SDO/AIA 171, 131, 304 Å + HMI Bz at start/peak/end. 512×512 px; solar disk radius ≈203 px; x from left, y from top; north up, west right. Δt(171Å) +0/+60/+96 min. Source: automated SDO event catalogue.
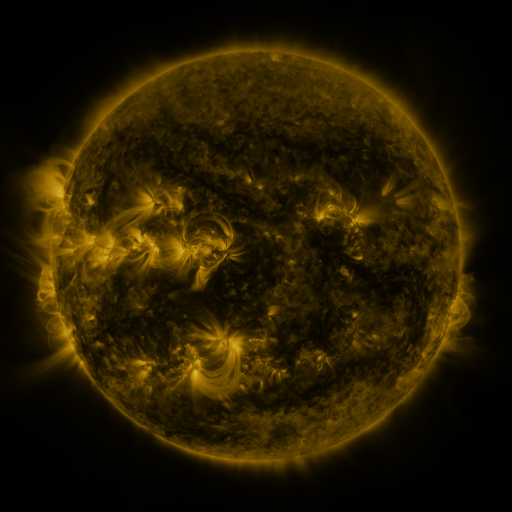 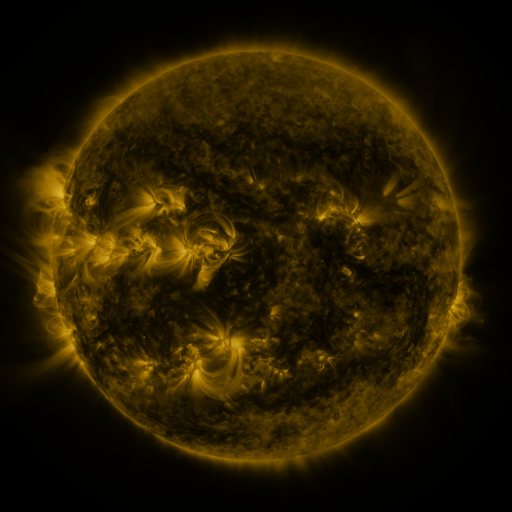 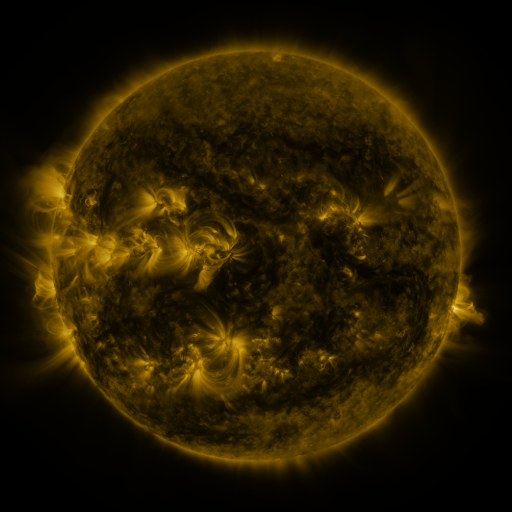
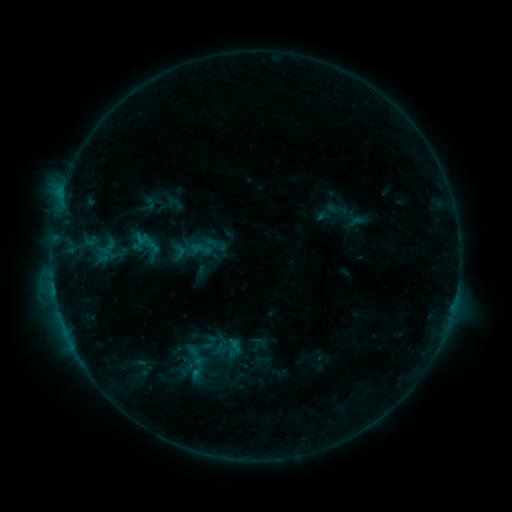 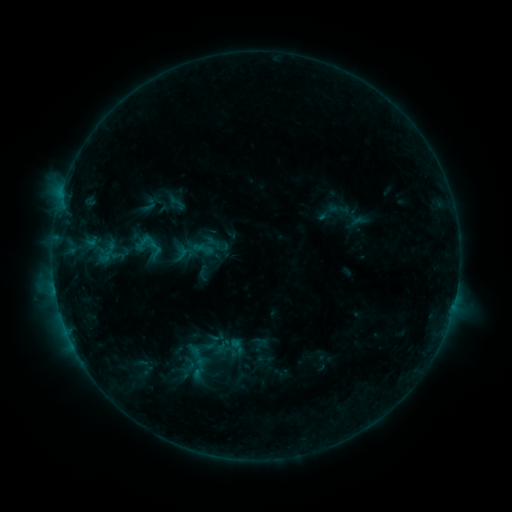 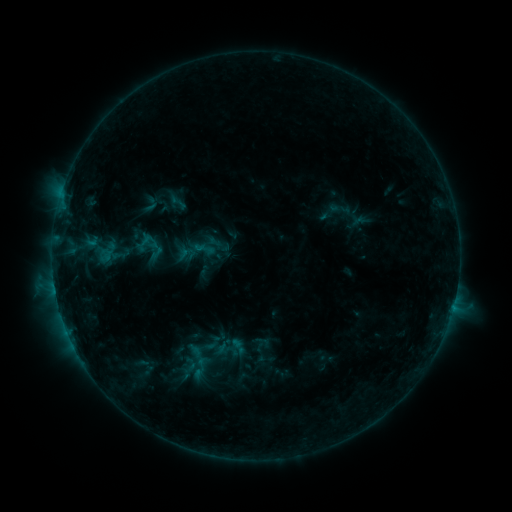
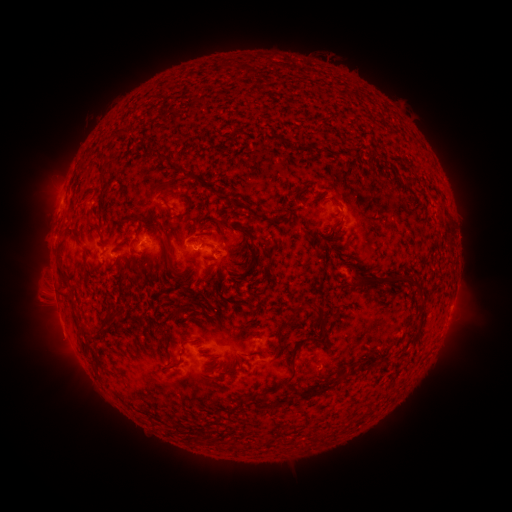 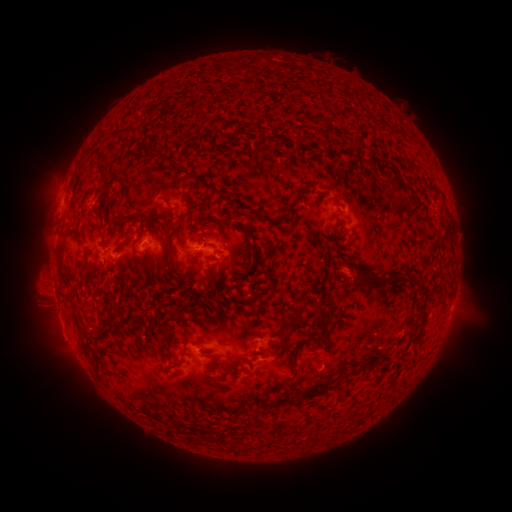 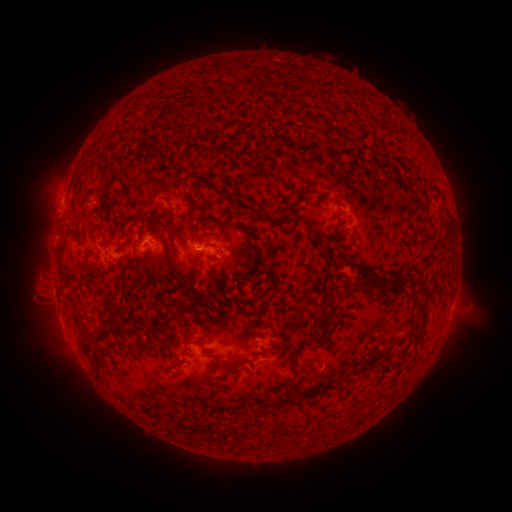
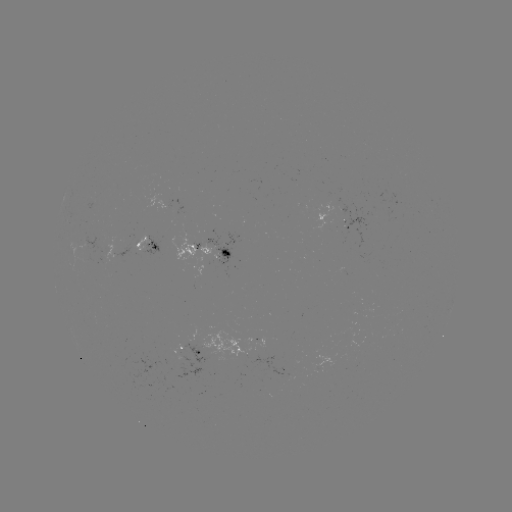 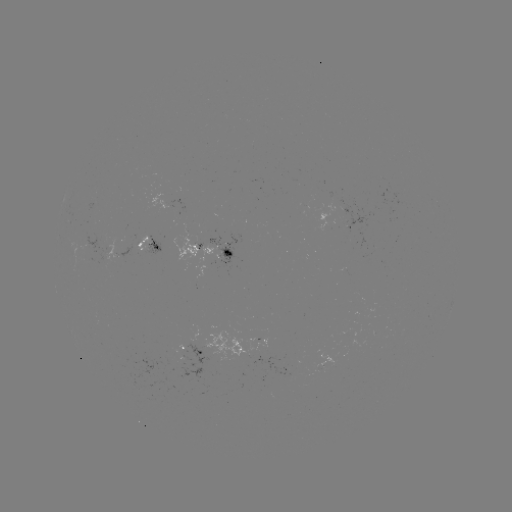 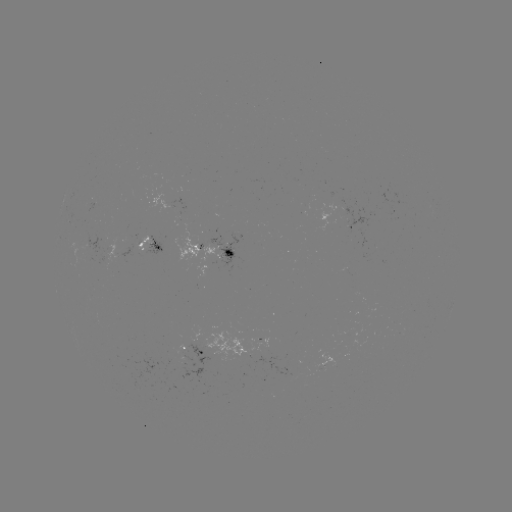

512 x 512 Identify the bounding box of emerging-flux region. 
[77, 231, 106, 266].